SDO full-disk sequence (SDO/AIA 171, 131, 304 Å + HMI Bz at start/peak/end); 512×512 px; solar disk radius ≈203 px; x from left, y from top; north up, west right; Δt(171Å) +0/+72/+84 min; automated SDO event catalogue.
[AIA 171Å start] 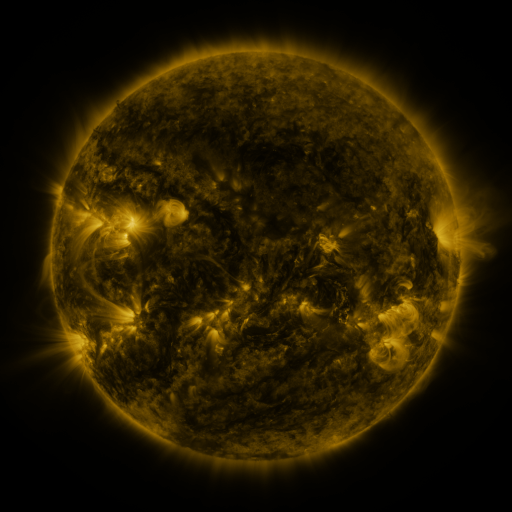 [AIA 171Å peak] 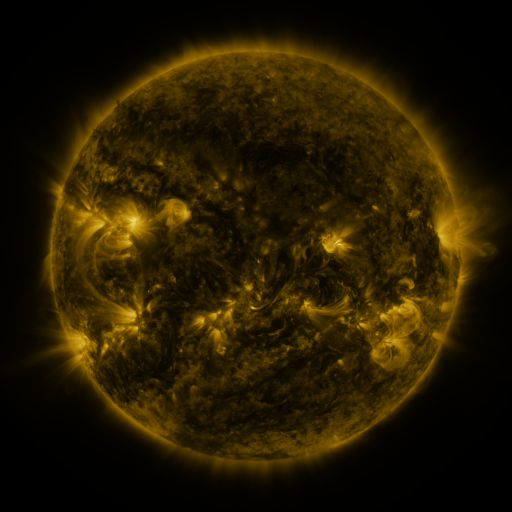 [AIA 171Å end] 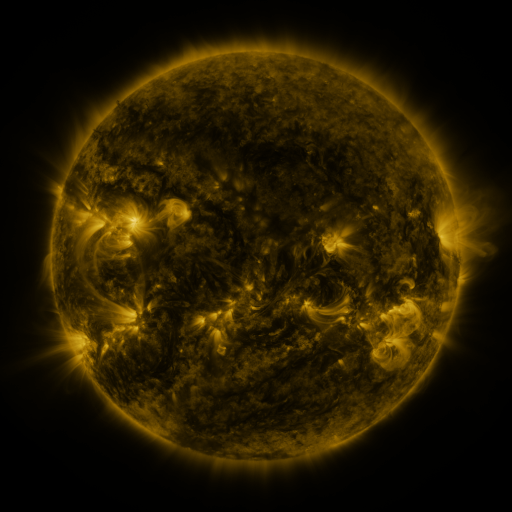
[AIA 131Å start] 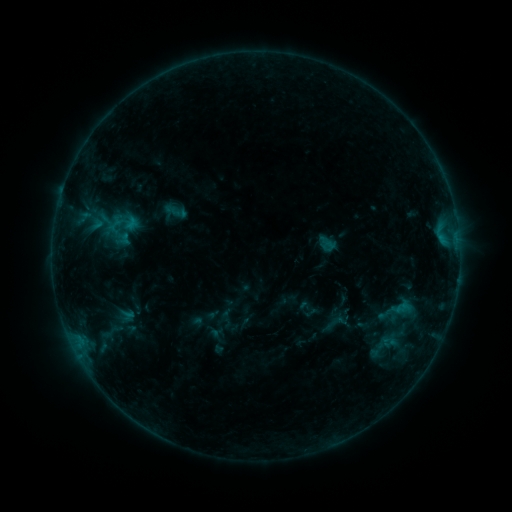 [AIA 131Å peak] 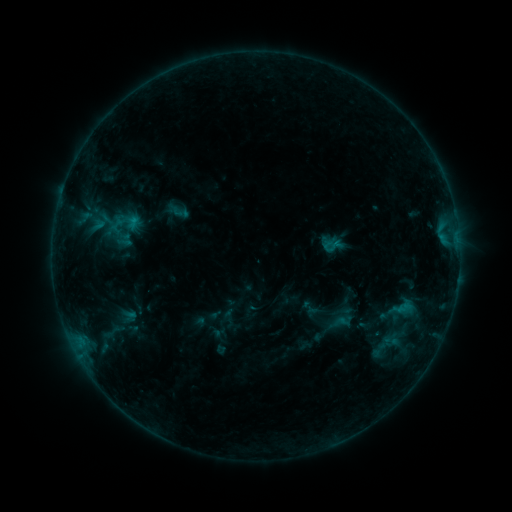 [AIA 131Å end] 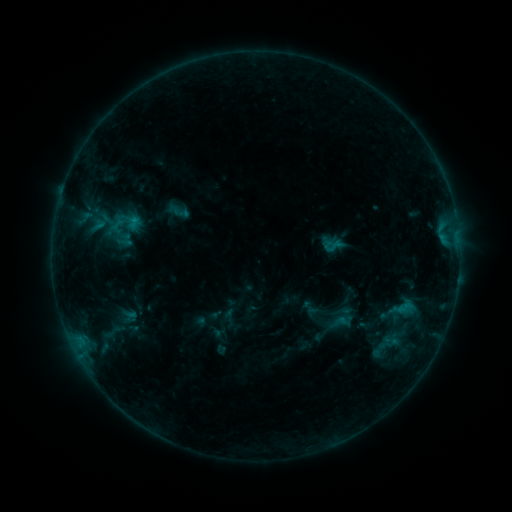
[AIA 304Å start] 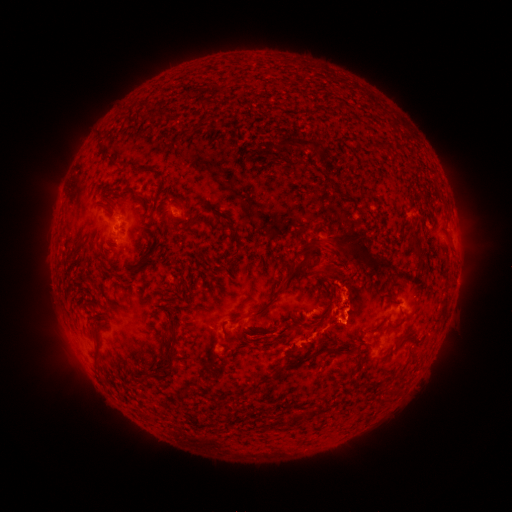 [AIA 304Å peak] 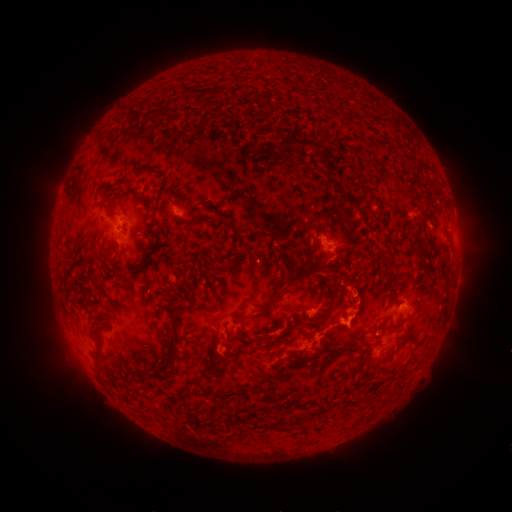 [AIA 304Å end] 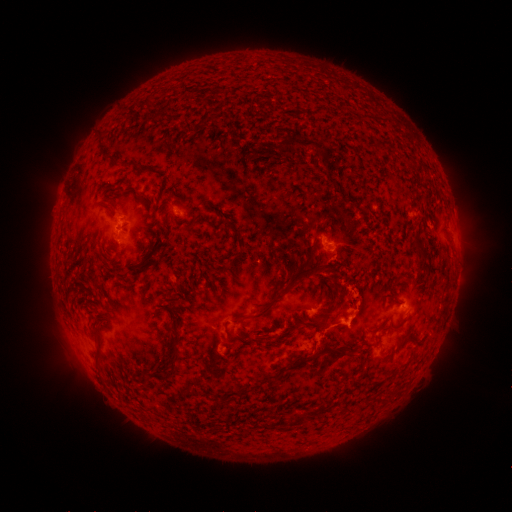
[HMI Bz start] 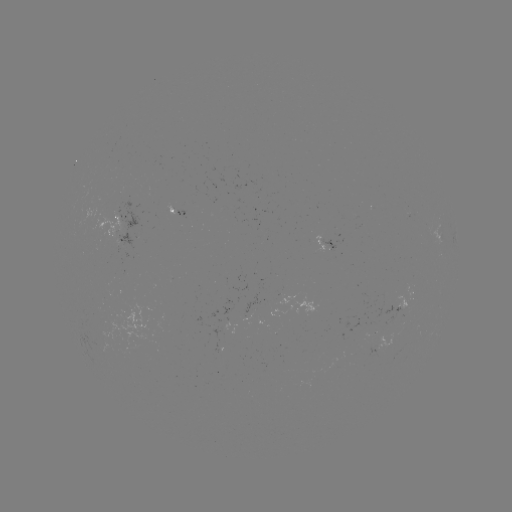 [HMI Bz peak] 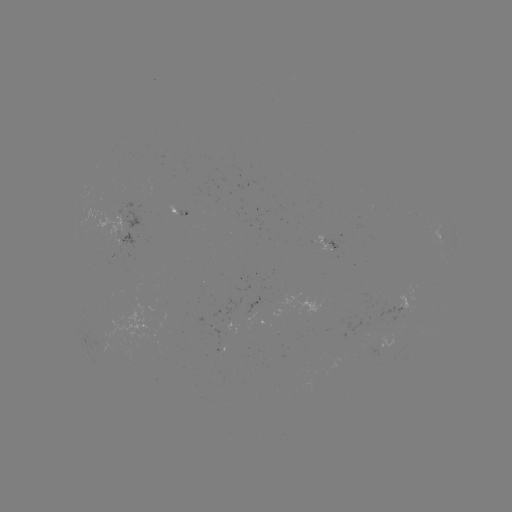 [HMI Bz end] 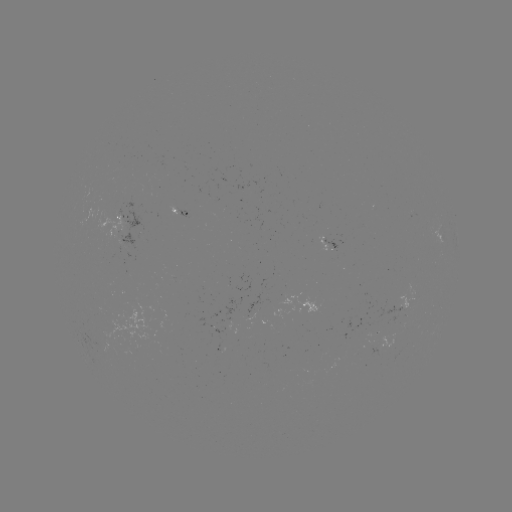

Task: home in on emerging-flux region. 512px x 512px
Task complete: (372, 346).